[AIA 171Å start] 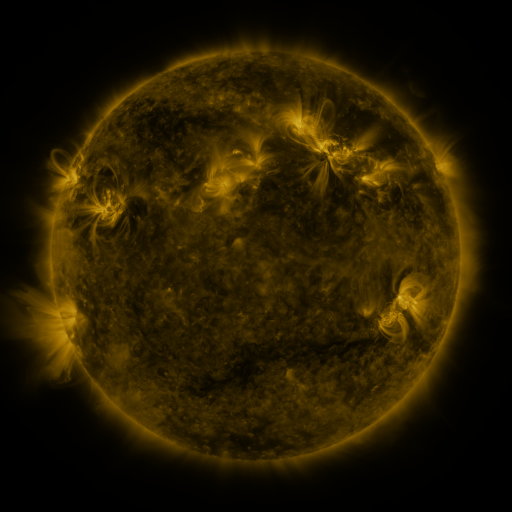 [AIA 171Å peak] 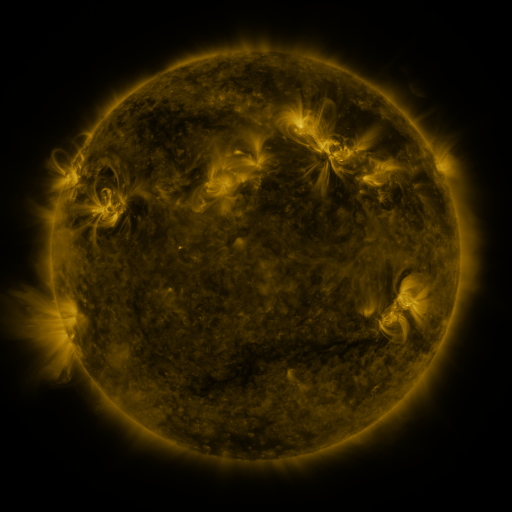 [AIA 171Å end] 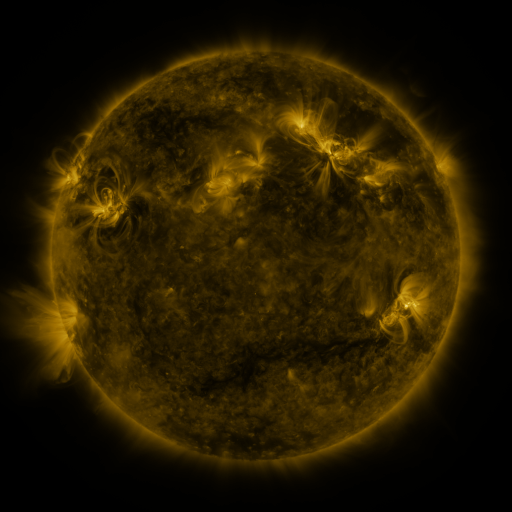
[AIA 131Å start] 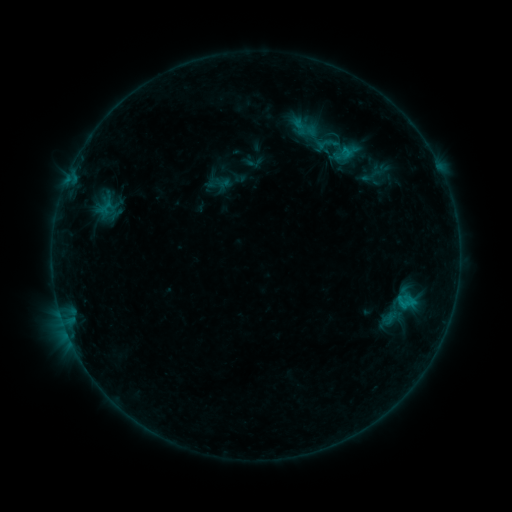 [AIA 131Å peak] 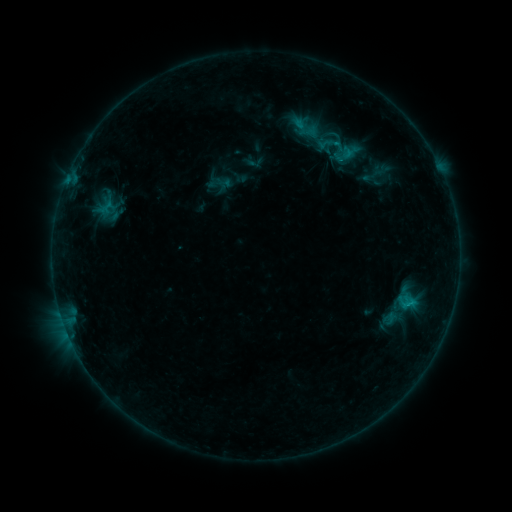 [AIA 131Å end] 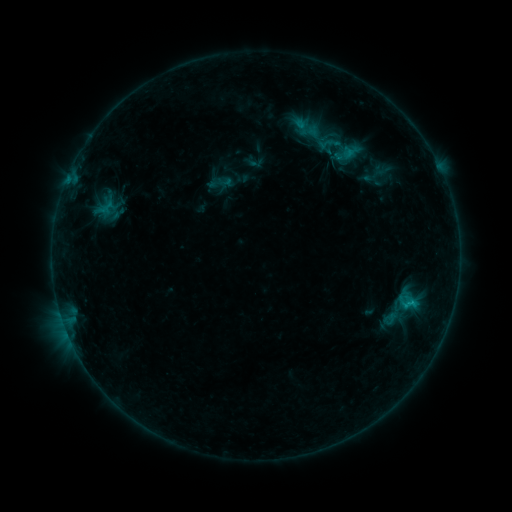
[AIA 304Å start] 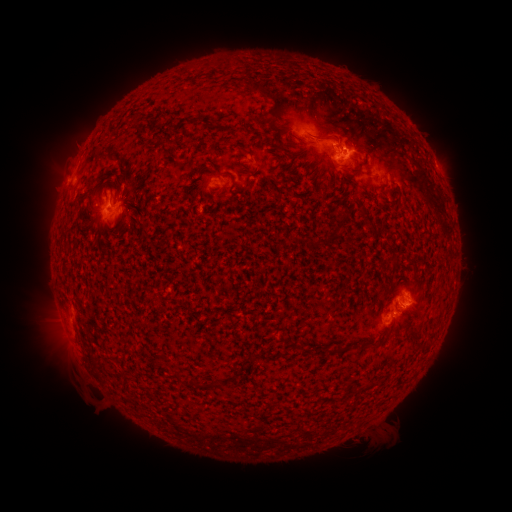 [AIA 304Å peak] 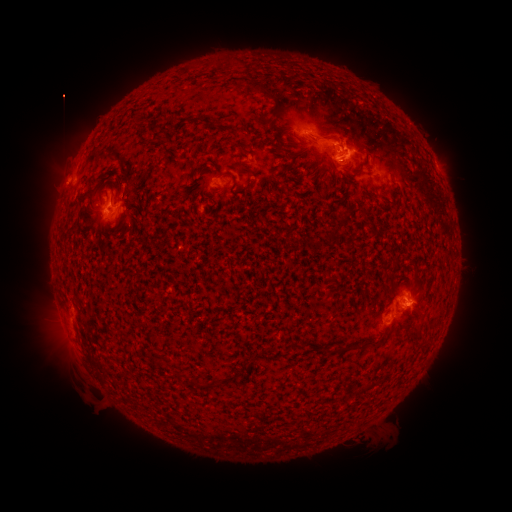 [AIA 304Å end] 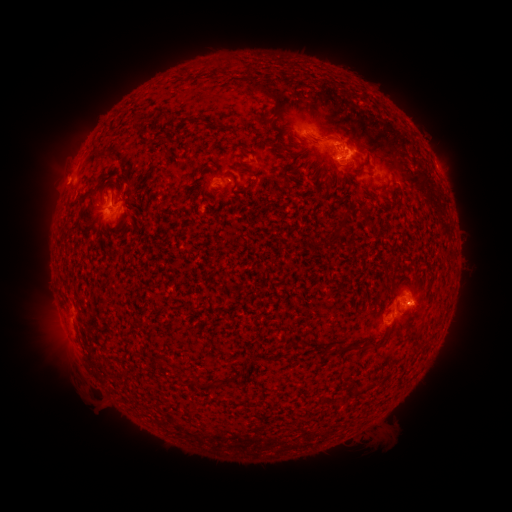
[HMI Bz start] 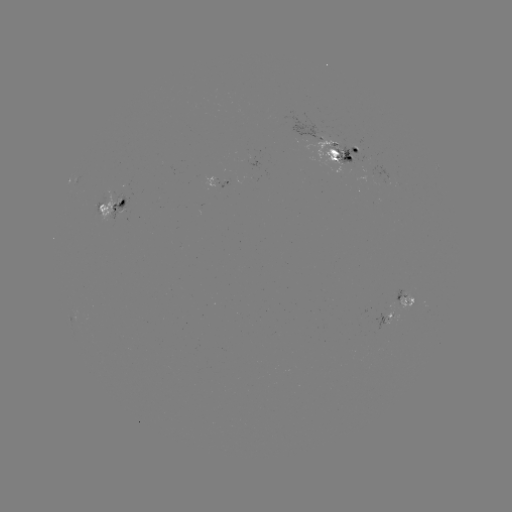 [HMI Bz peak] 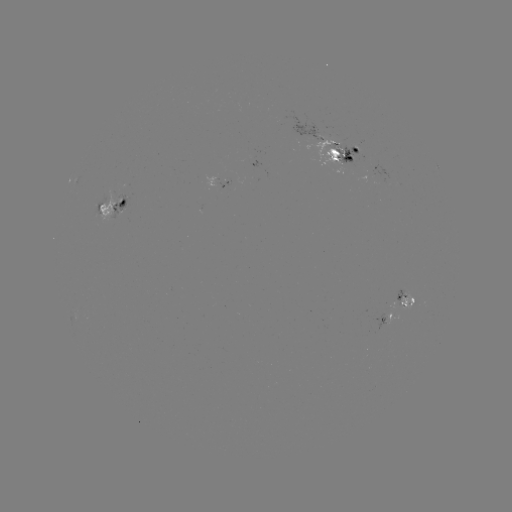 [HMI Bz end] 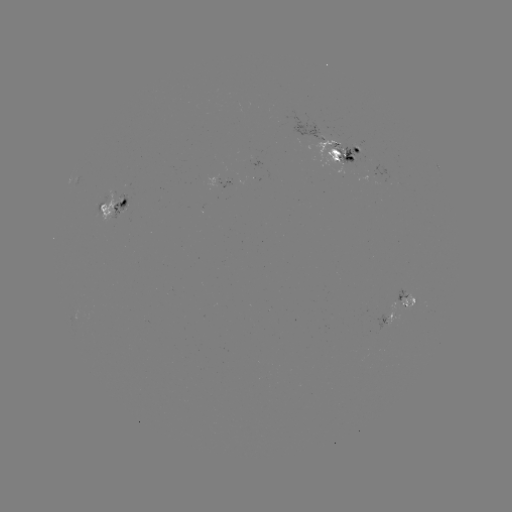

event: emerging-flux region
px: (384, 321)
